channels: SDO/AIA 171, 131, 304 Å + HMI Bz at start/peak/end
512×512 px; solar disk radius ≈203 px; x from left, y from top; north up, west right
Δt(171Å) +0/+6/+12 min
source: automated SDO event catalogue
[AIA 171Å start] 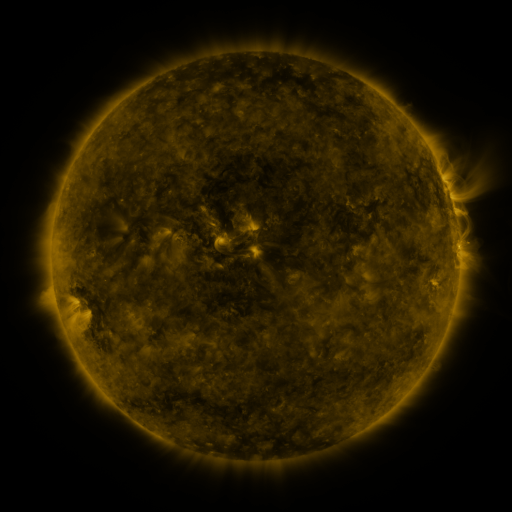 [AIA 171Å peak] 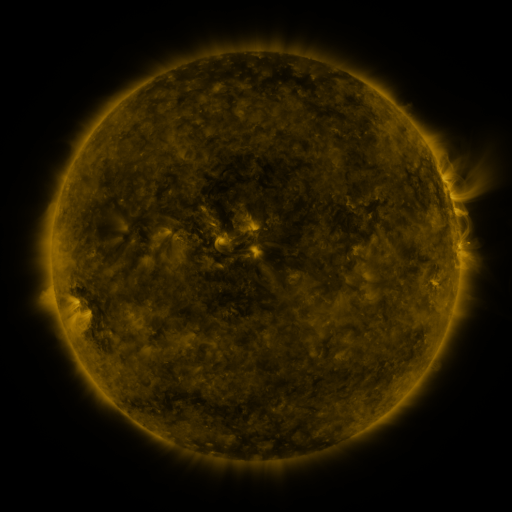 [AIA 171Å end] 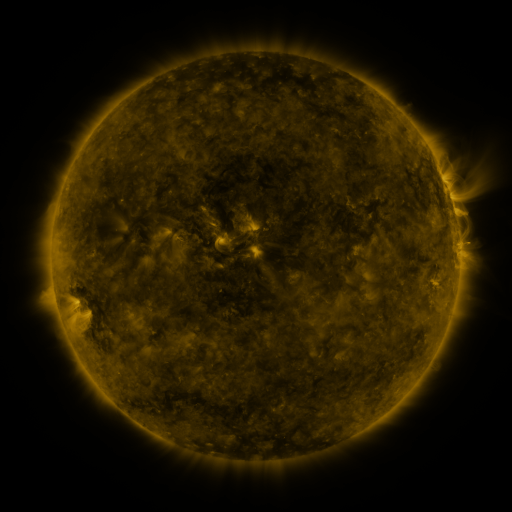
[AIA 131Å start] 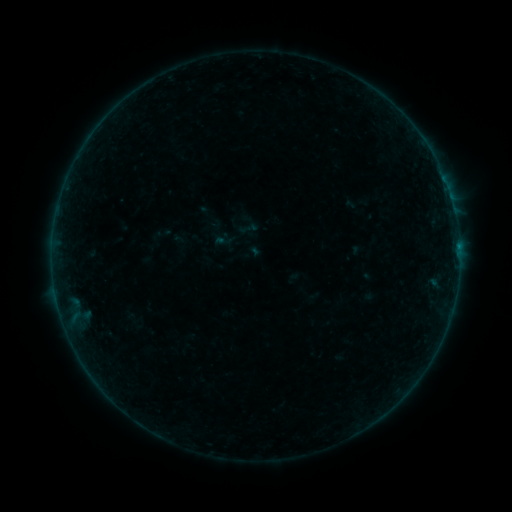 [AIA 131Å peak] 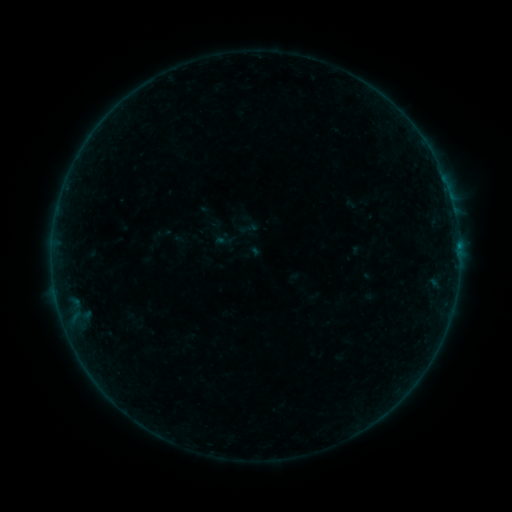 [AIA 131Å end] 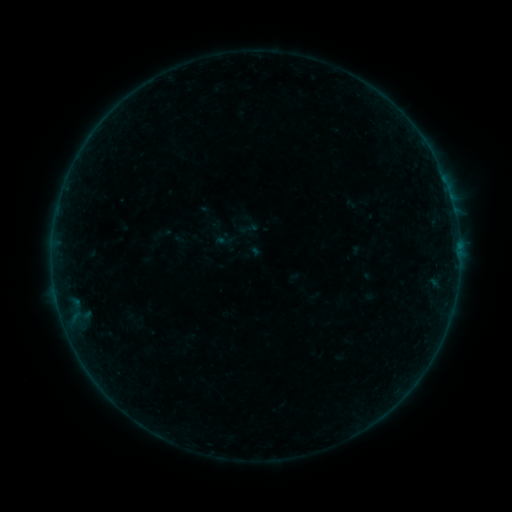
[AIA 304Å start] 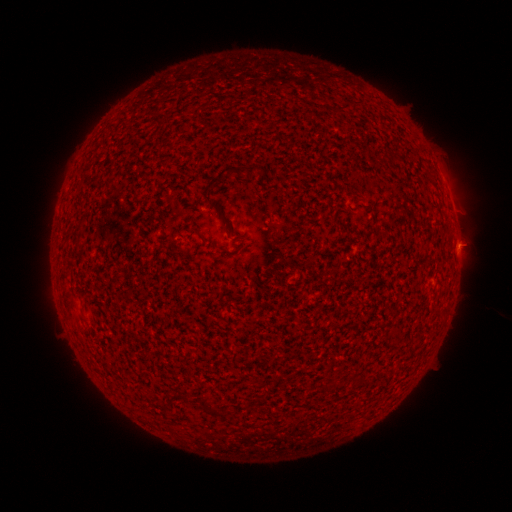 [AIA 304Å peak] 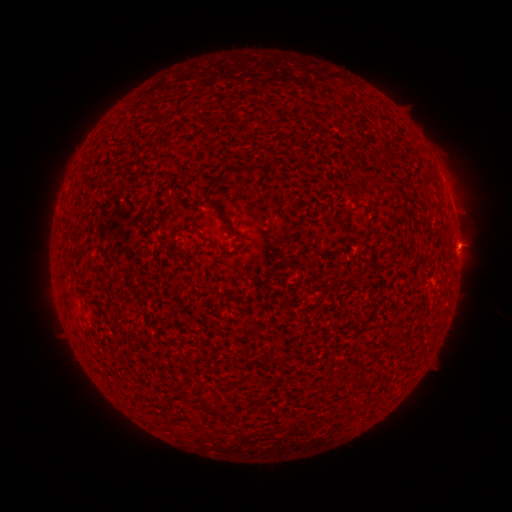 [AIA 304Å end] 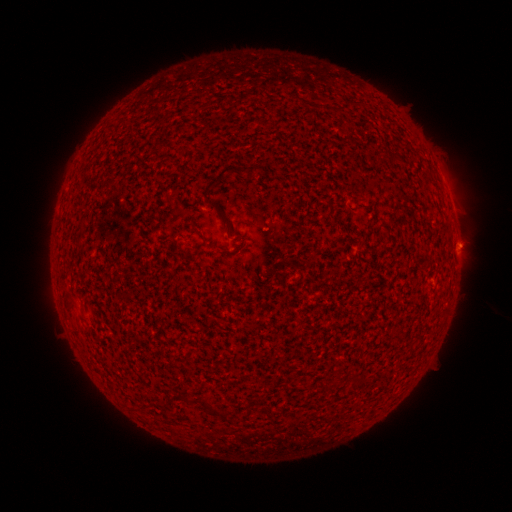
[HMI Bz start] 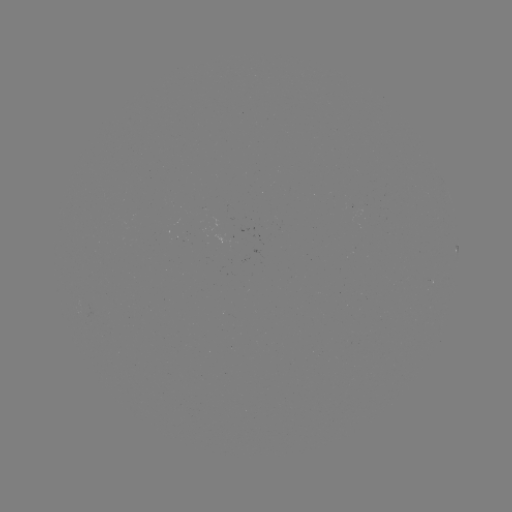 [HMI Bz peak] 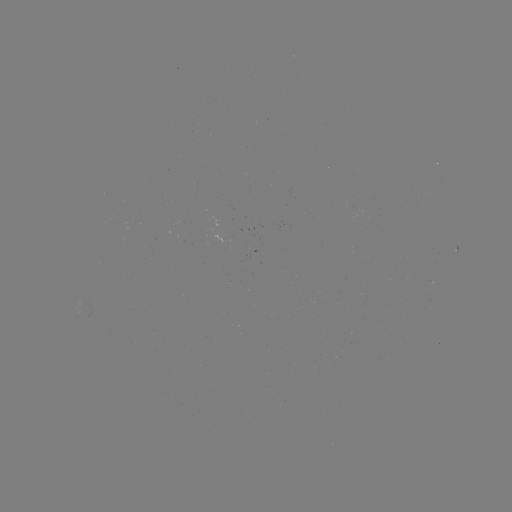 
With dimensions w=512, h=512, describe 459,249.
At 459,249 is B1.9 flare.